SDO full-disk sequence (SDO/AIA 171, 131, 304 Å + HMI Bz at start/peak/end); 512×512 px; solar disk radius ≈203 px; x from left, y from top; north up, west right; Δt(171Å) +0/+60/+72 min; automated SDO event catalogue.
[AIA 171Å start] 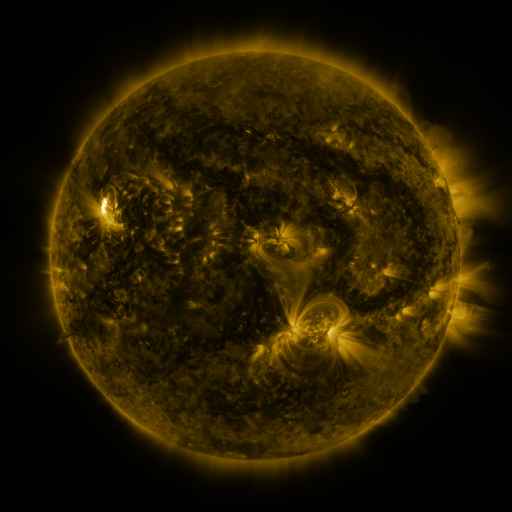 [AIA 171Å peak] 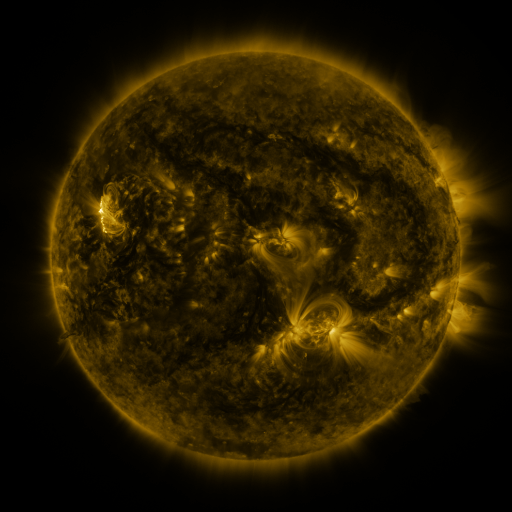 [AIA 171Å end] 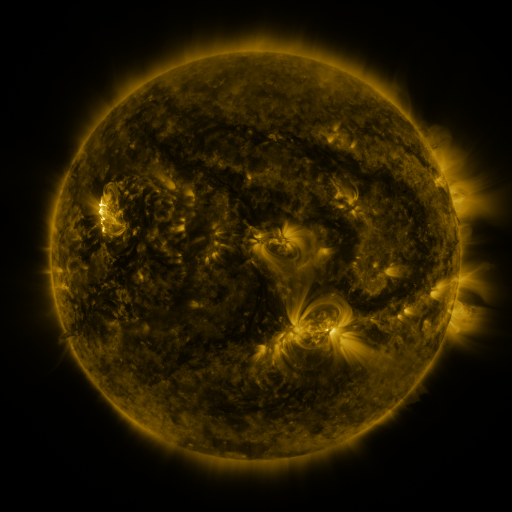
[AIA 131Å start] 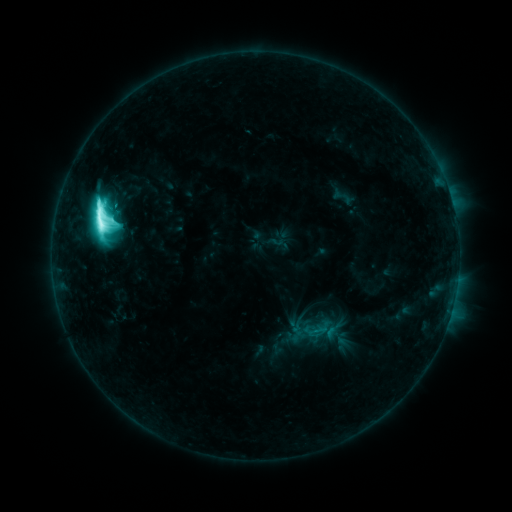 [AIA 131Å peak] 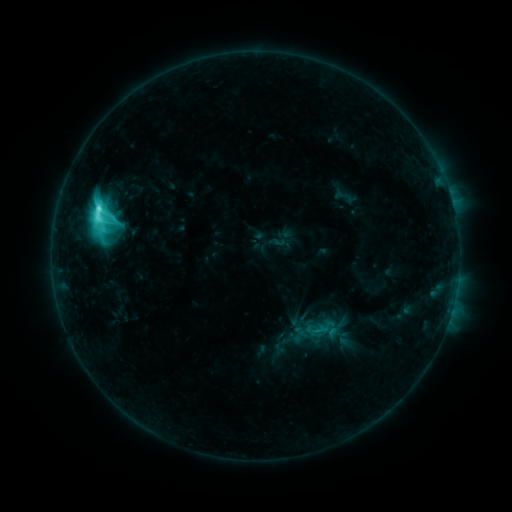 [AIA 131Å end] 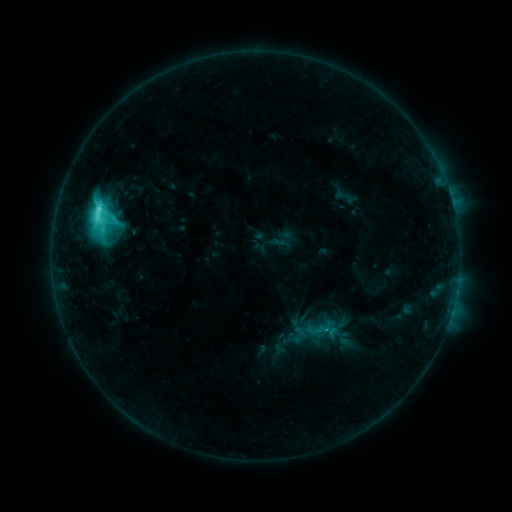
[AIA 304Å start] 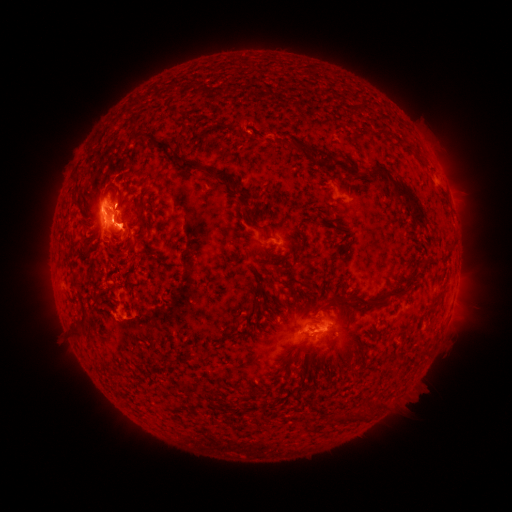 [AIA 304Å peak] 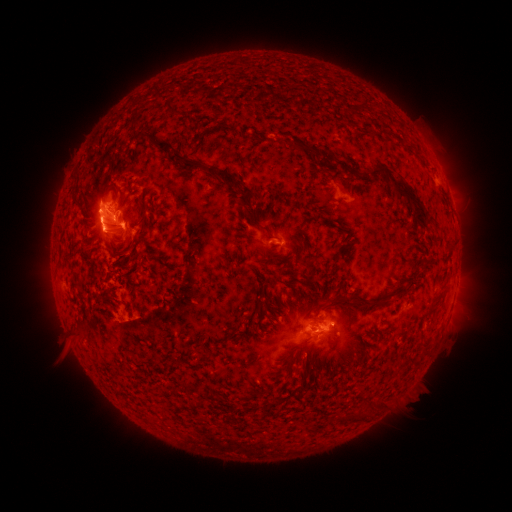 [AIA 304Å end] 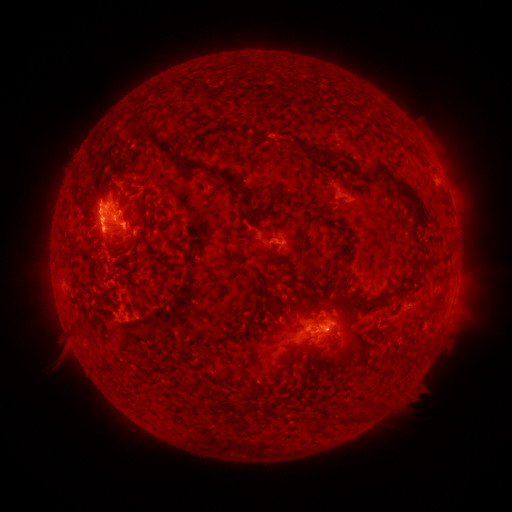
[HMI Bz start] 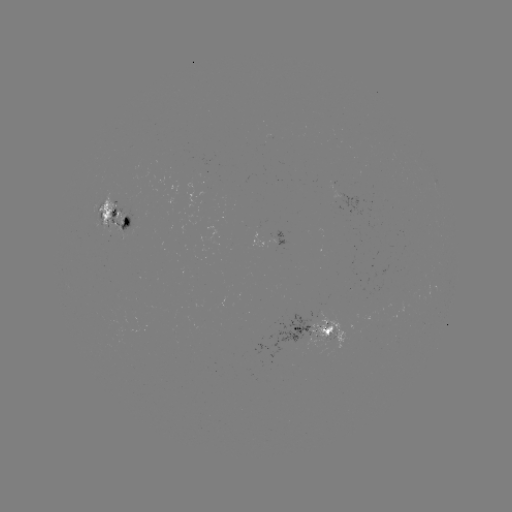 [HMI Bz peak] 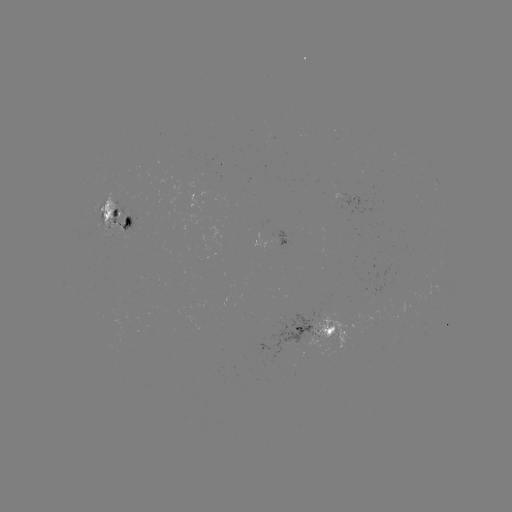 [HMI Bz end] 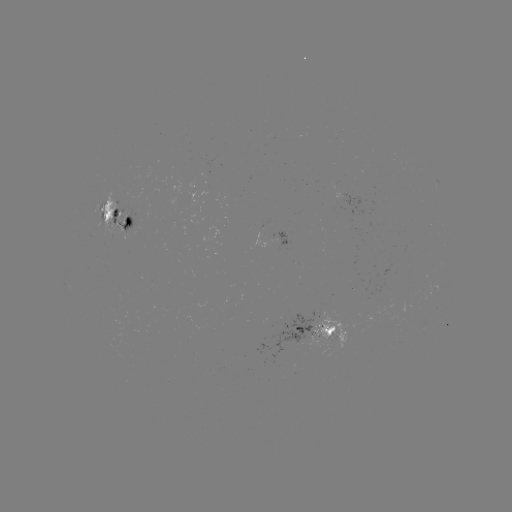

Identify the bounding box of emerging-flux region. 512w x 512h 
[97, 193, 125, 239].